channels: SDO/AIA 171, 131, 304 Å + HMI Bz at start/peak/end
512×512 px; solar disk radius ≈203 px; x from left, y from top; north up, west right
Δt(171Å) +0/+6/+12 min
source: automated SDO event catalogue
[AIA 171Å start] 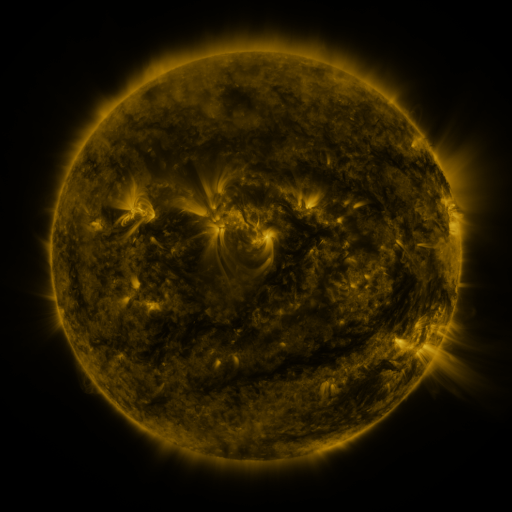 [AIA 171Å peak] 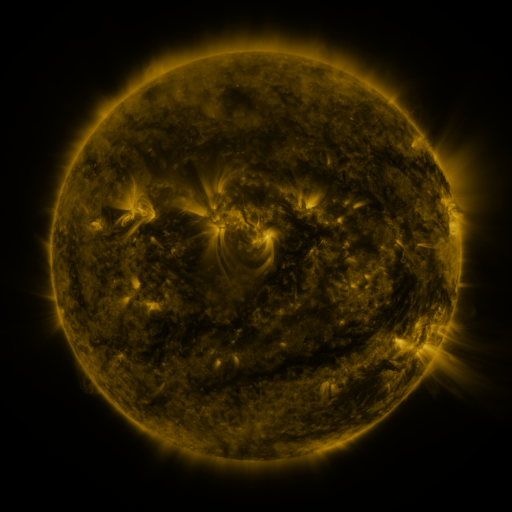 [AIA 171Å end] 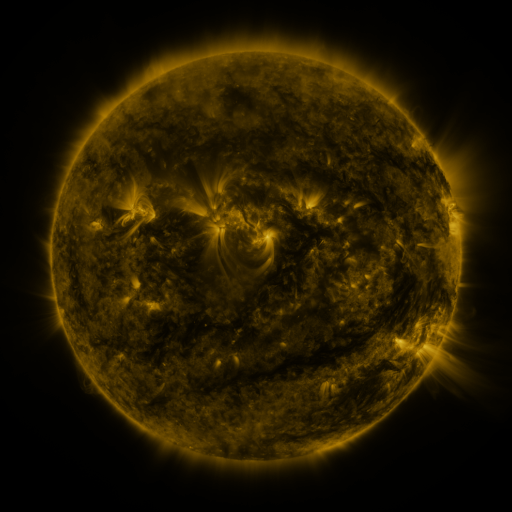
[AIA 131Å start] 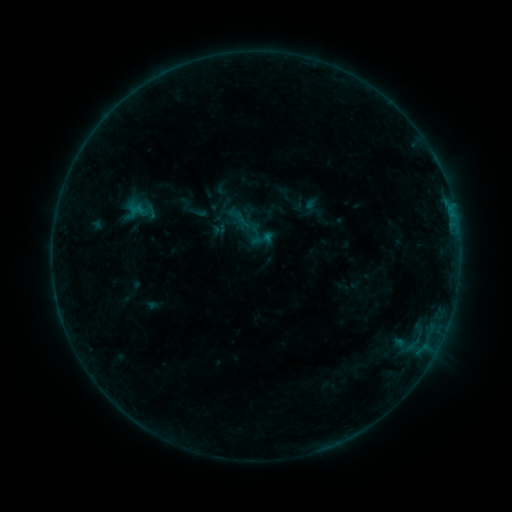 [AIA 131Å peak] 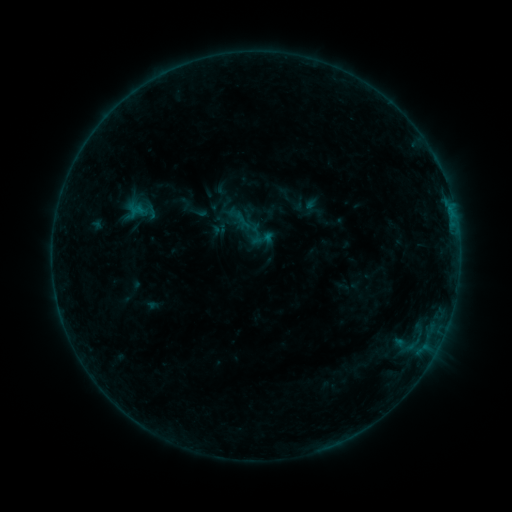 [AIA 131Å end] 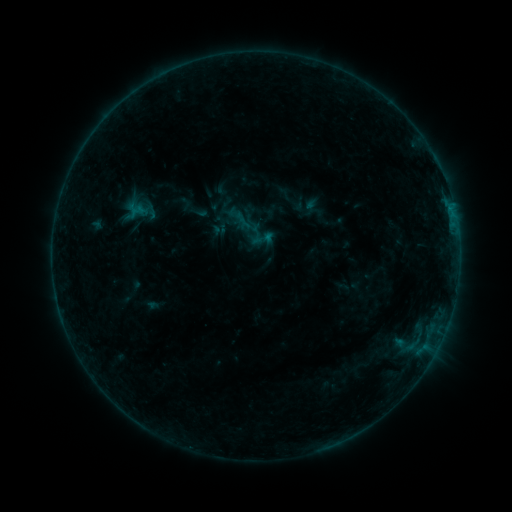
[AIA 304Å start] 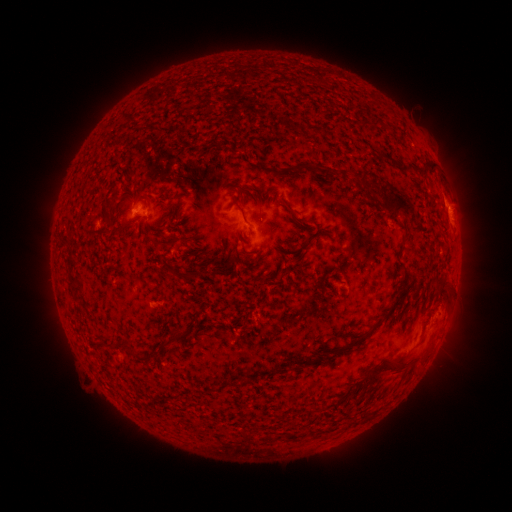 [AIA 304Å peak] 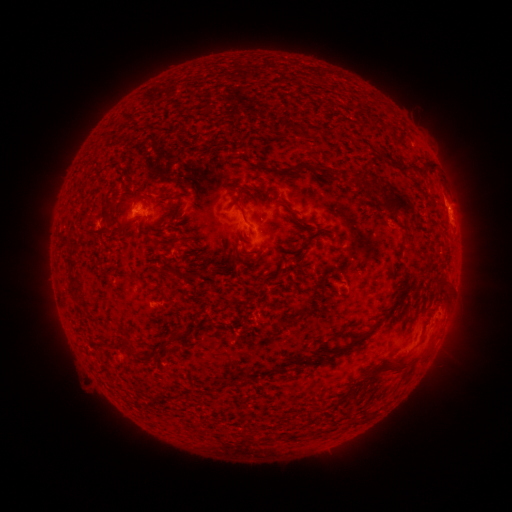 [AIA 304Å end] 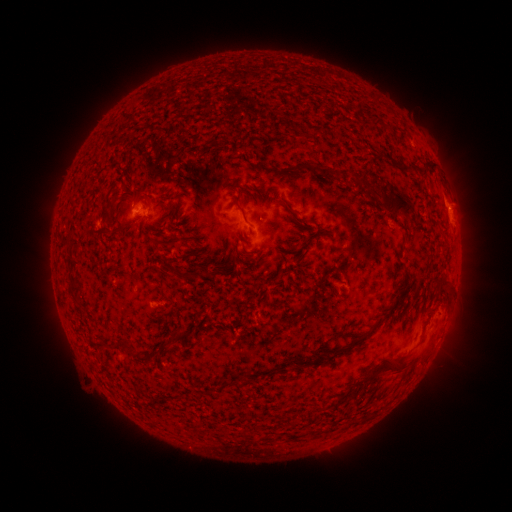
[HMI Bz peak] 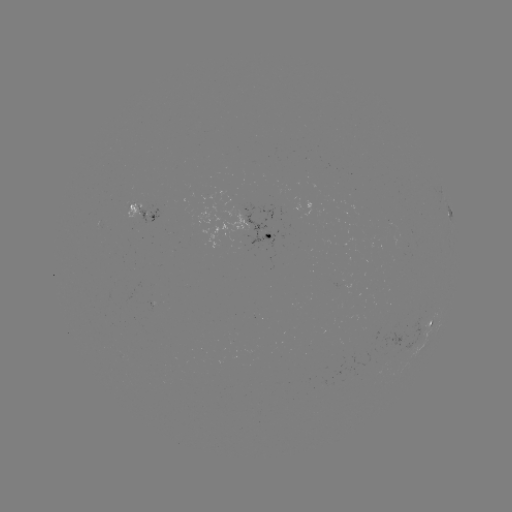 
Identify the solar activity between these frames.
no flare in any classed list; no EUV-trigger detection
